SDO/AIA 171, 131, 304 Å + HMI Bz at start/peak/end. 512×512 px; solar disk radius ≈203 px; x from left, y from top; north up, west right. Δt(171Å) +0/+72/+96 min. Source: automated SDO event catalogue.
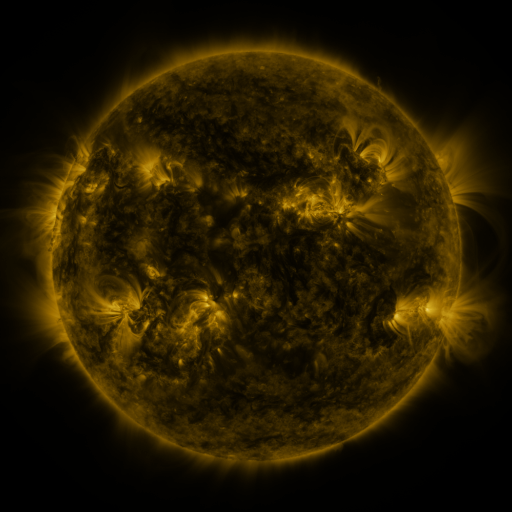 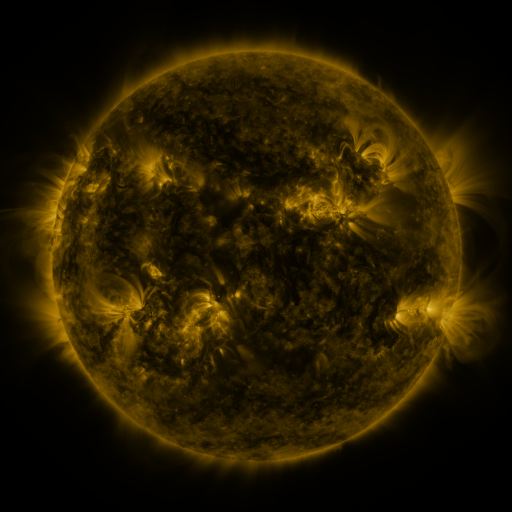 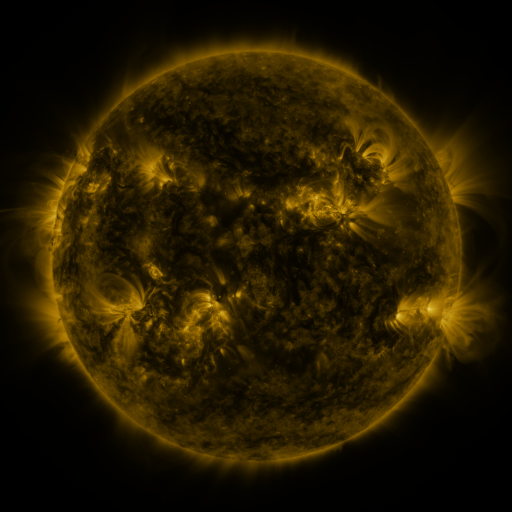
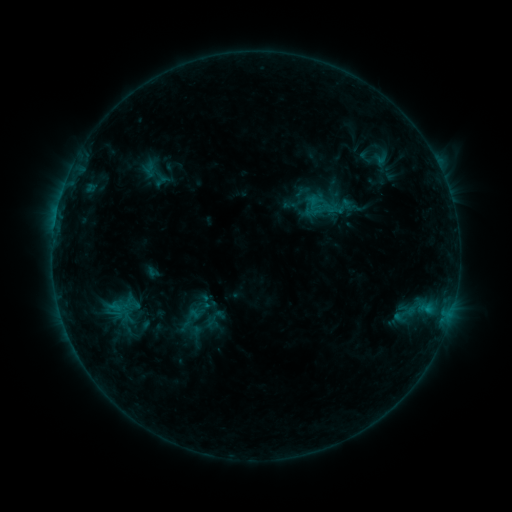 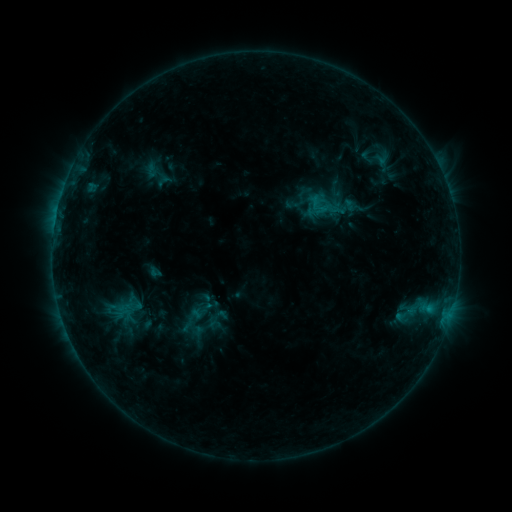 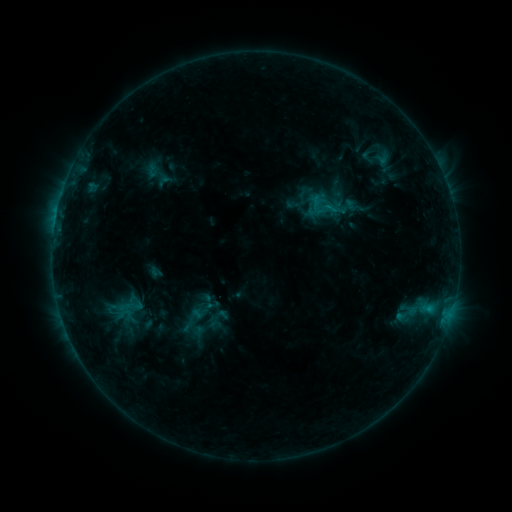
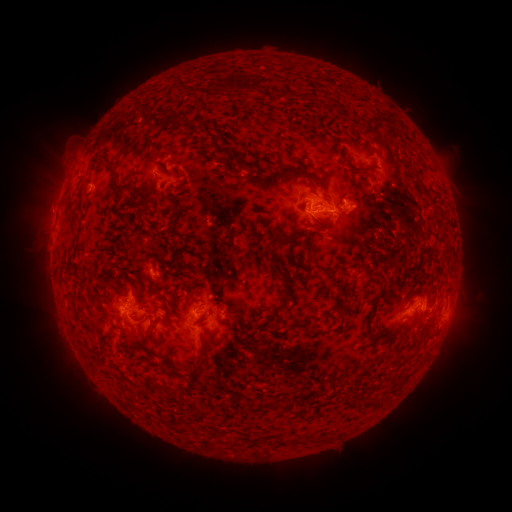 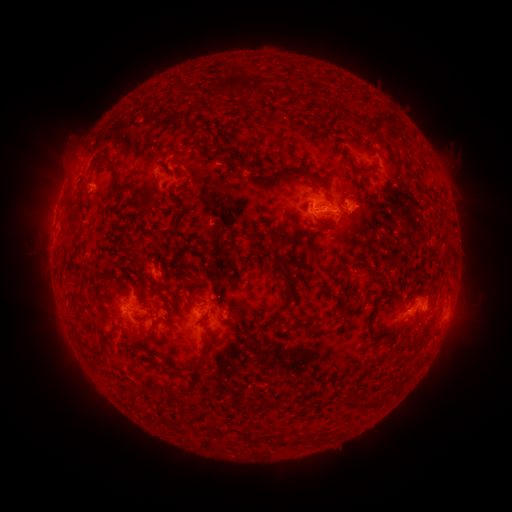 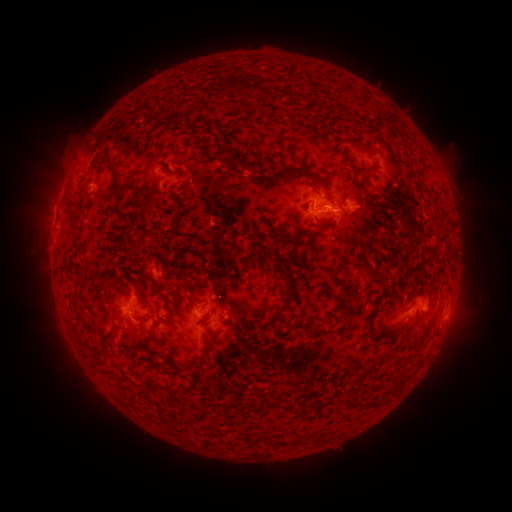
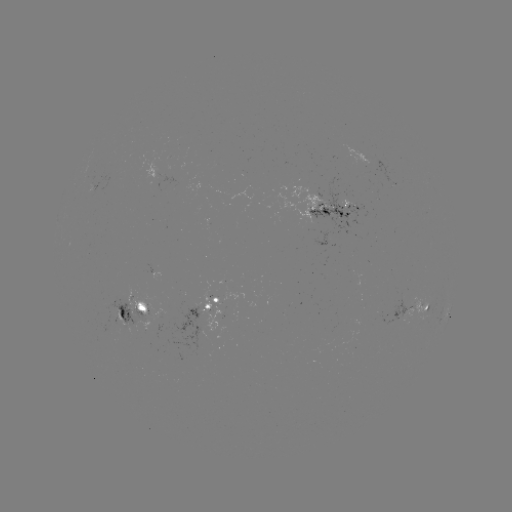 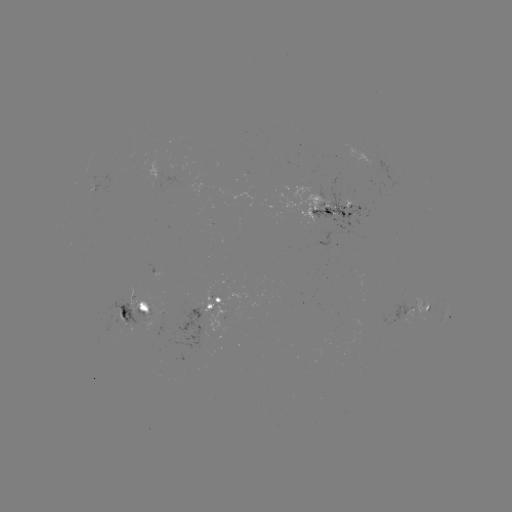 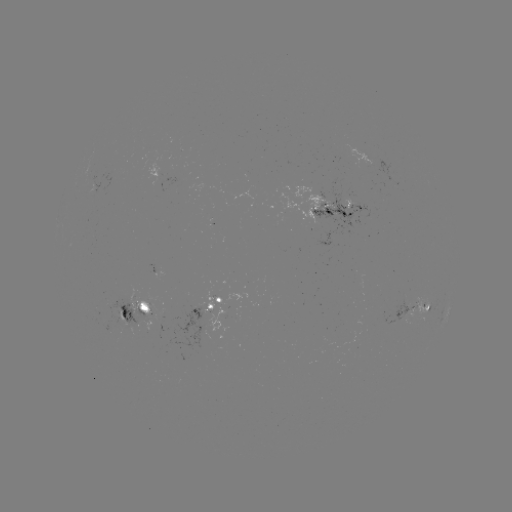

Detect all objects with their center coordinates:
emerging-flux region: (215, 312)
